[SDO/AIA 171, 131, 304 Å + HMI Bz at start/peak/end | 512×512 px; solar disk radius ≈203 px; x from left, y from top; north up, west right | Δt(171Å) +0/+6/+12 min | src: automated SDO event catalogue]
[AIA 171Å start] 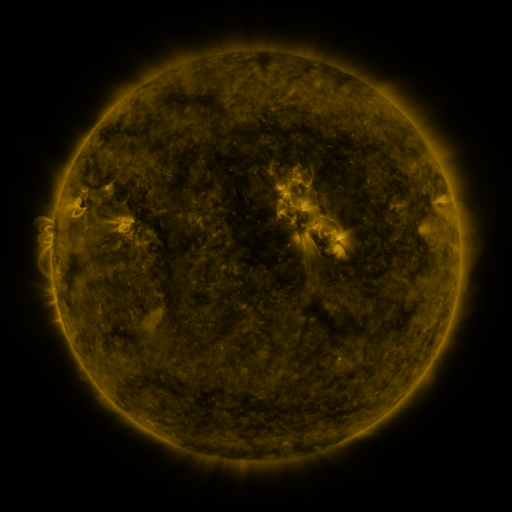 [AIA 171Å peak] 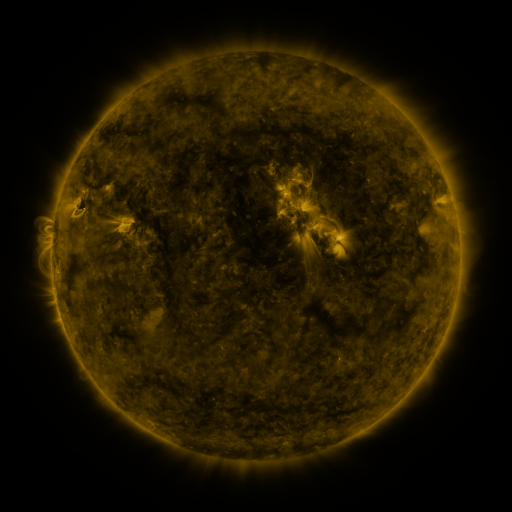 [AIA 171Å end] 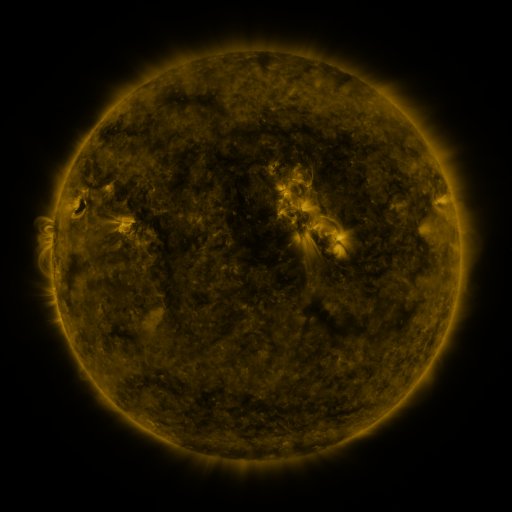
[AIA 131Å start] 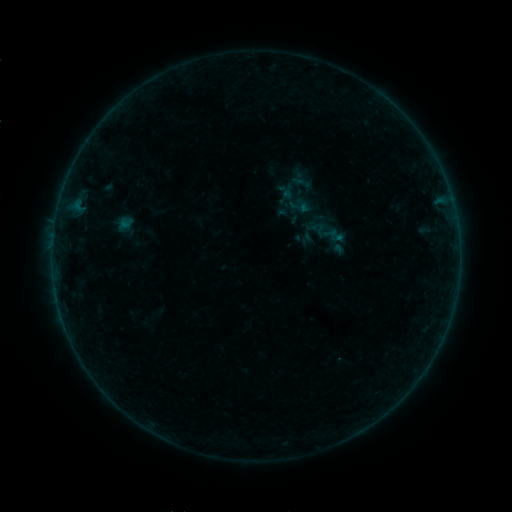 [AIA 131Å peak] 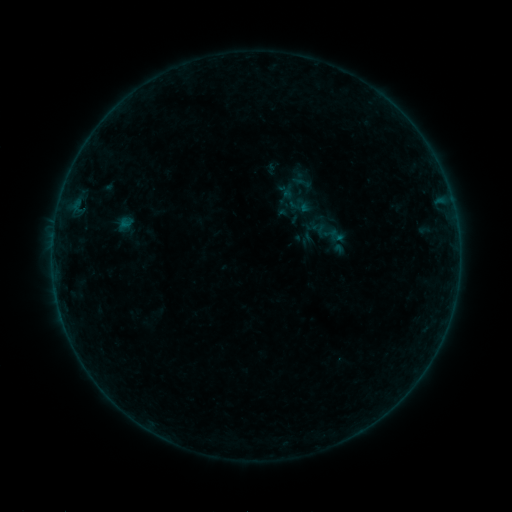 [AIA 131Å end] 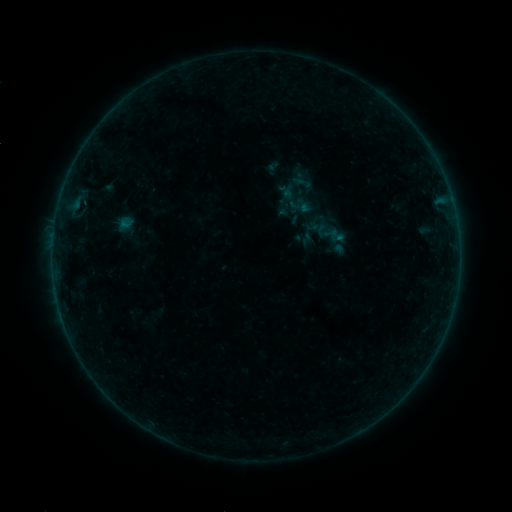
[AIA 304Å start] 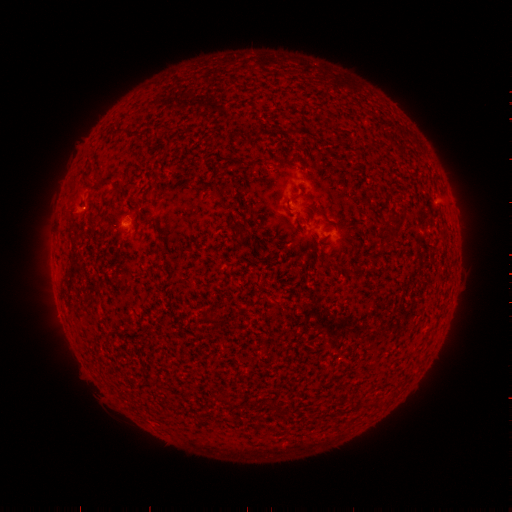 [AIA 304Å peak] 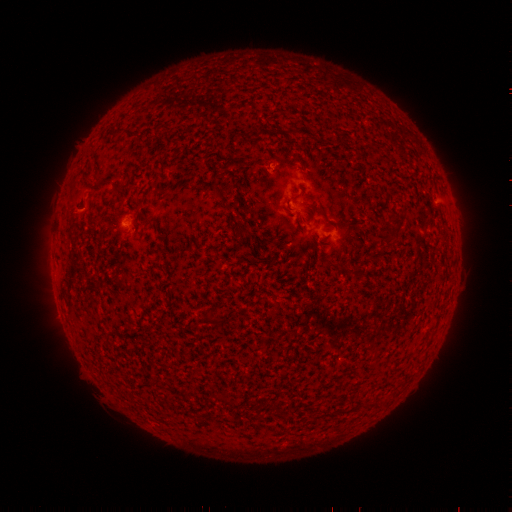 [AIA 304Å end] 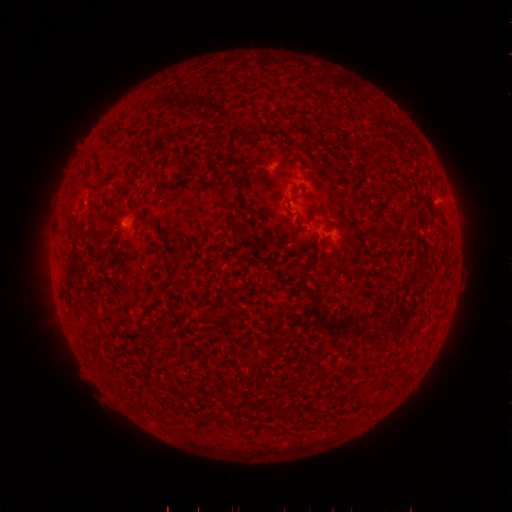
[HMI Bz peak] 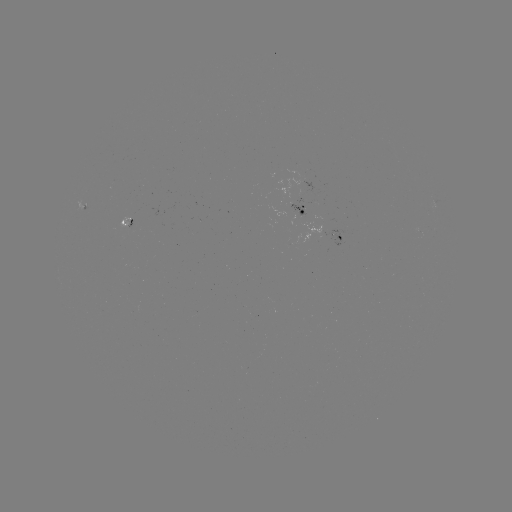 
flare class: B1.0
